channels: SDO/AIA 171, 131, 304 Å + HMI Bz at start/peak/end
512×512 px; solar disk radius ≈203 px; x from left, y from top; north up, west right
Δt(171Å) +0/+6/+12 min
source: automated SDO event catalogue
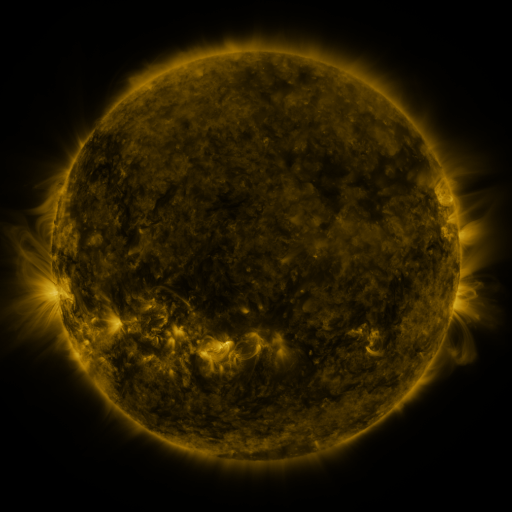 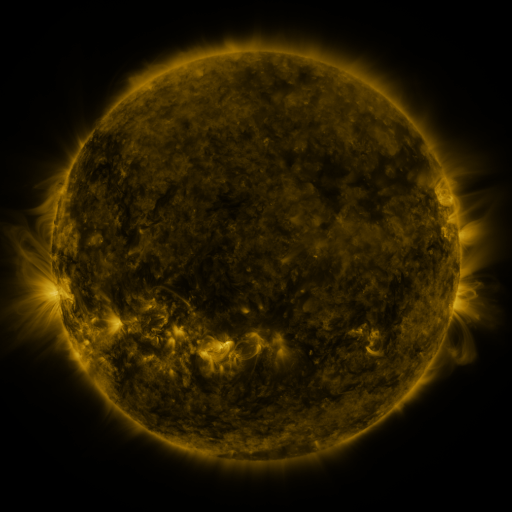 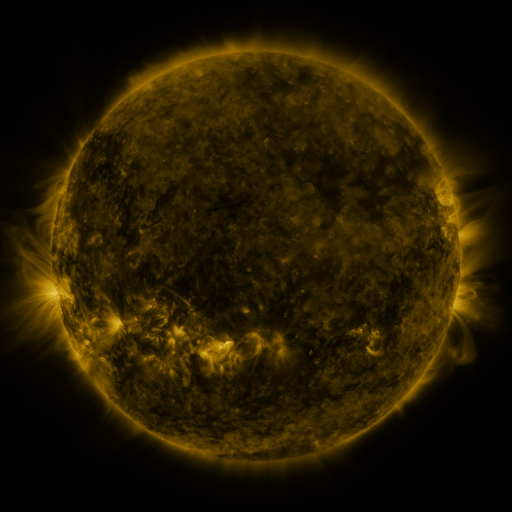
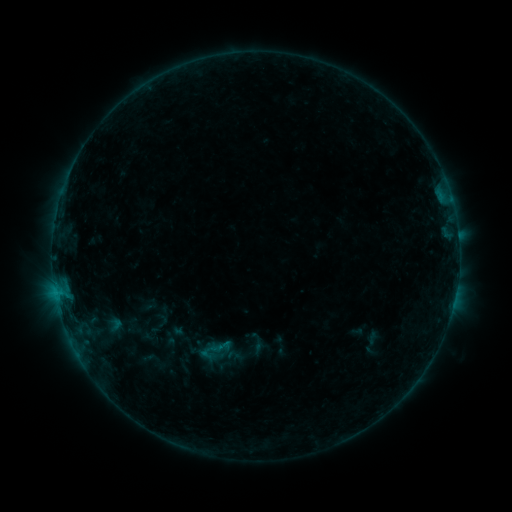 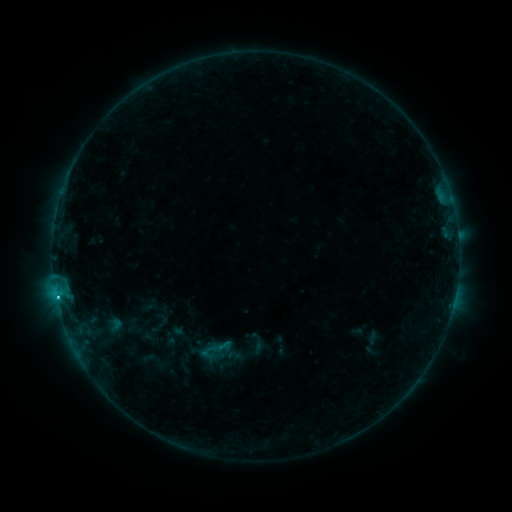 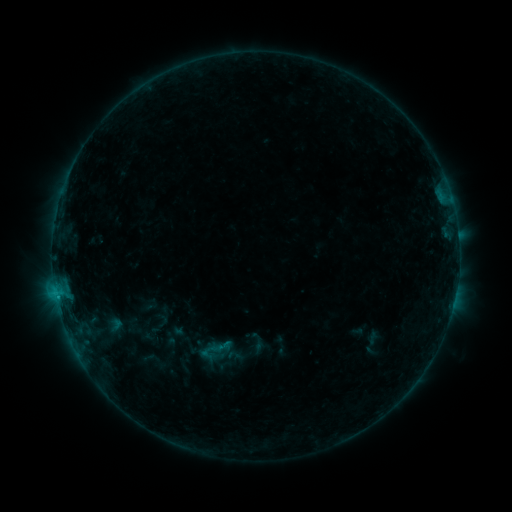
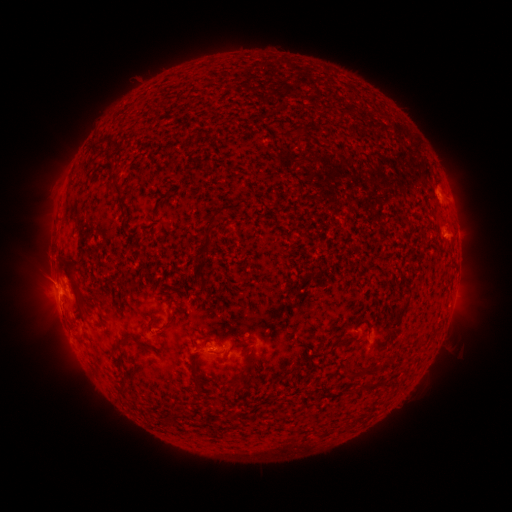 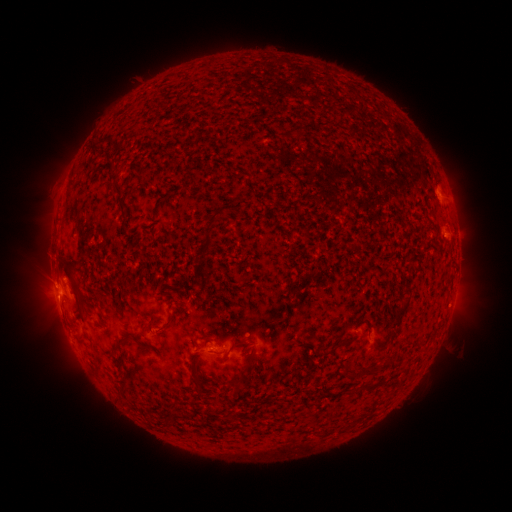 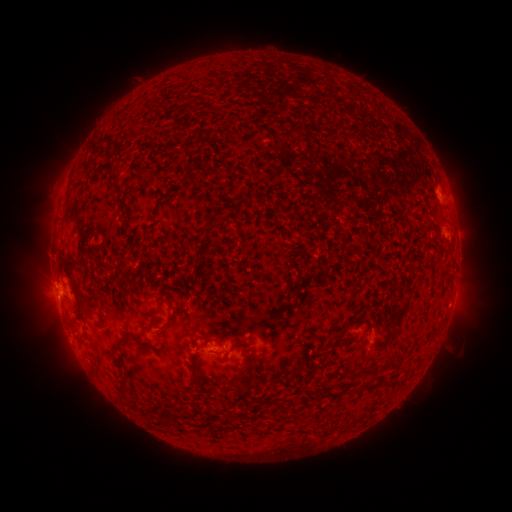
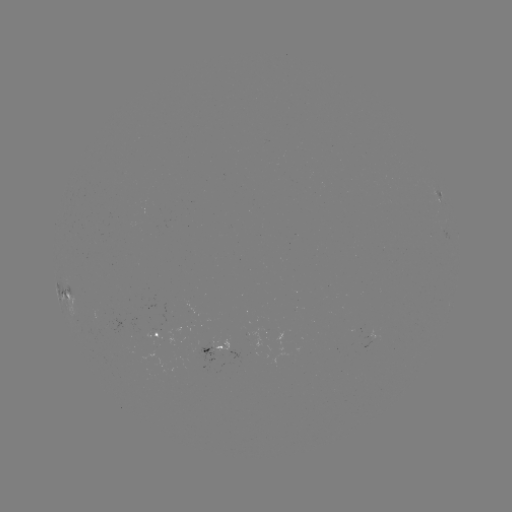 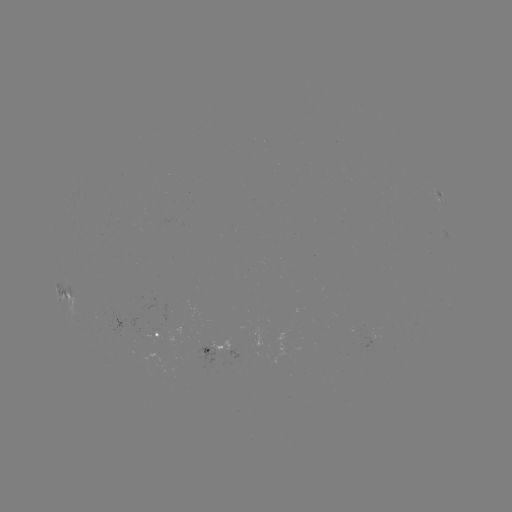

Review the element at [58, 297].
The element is B8.8 flare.